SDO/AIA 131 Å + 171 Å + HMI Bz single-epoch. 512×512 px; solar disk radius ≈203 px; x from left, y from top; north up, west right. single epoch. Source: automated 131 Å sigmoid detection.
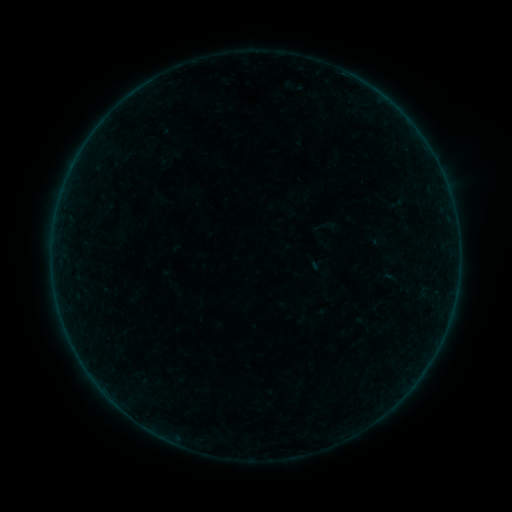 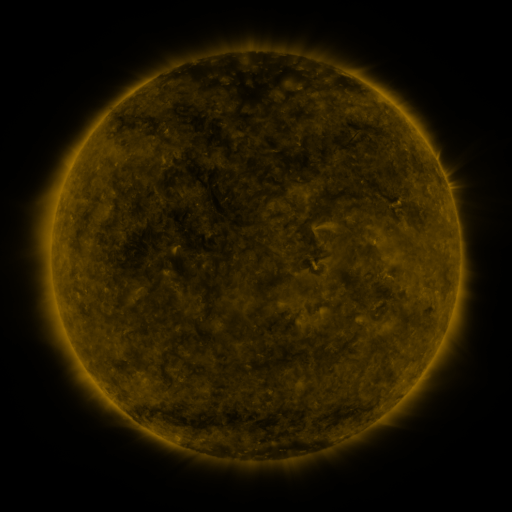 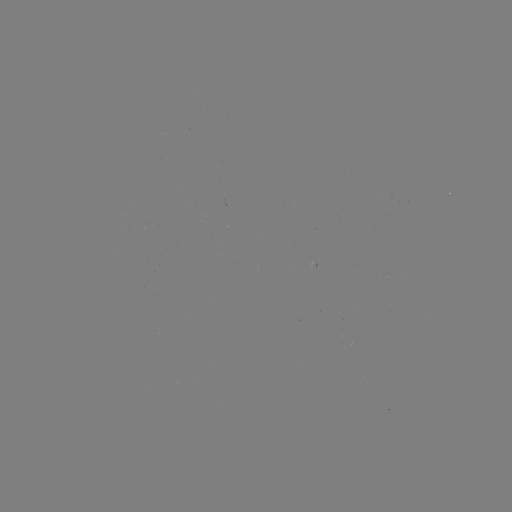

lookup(sigmoid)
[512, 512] [318, 267]